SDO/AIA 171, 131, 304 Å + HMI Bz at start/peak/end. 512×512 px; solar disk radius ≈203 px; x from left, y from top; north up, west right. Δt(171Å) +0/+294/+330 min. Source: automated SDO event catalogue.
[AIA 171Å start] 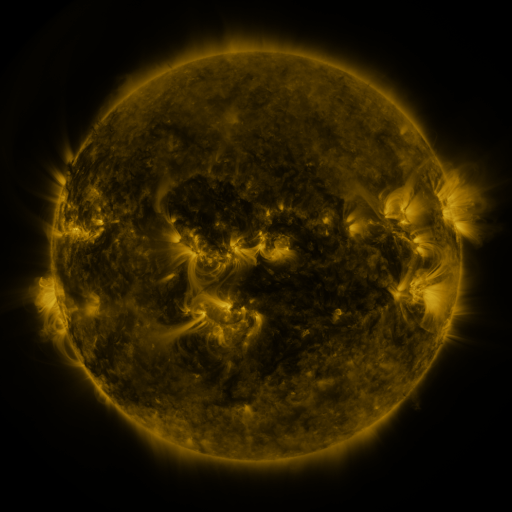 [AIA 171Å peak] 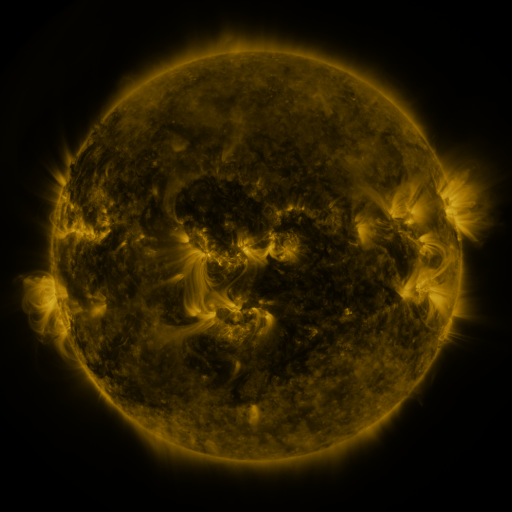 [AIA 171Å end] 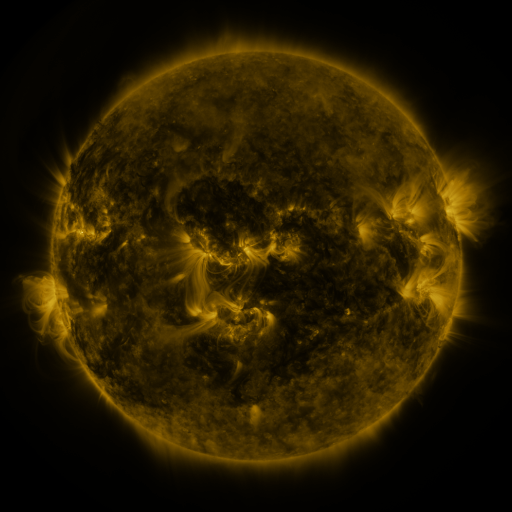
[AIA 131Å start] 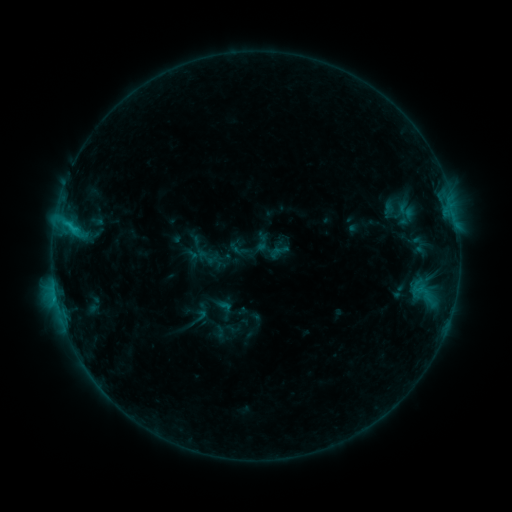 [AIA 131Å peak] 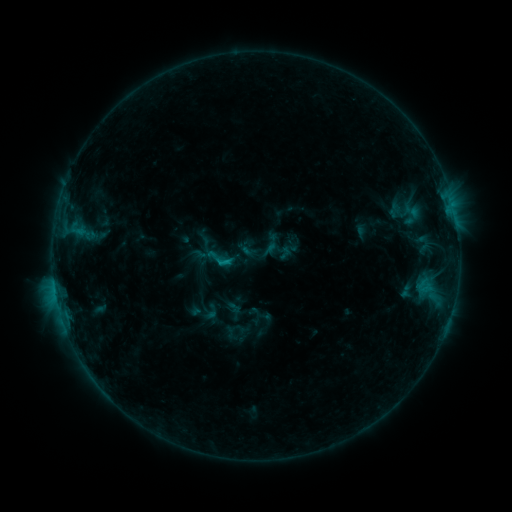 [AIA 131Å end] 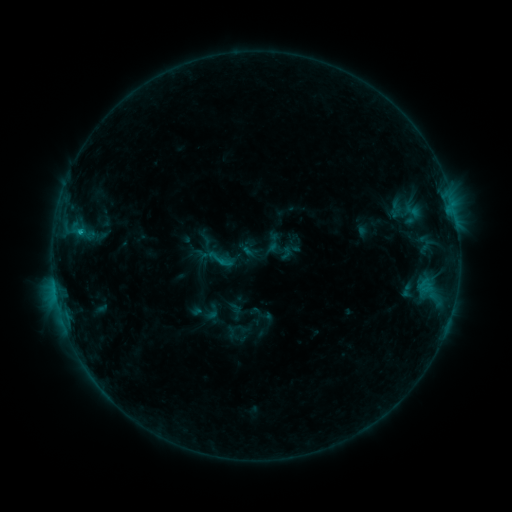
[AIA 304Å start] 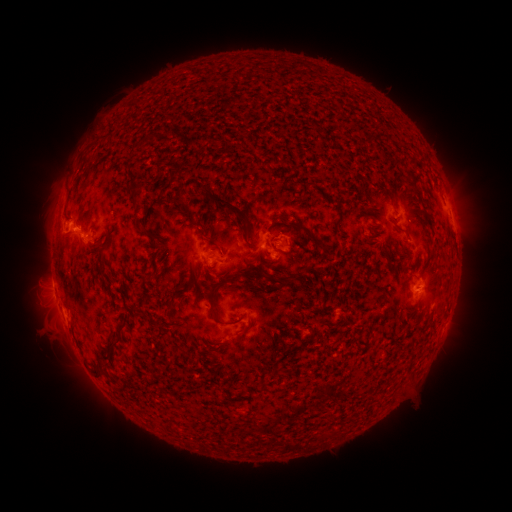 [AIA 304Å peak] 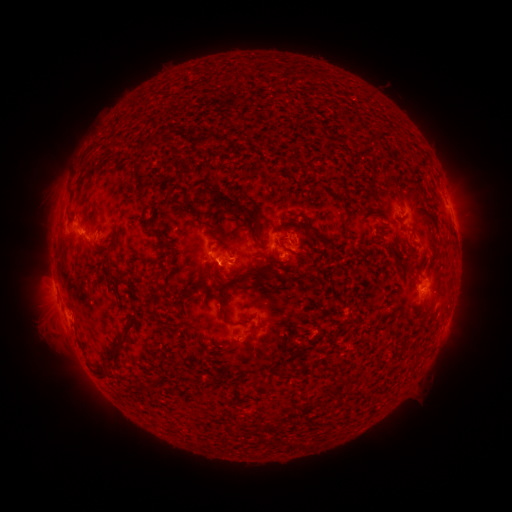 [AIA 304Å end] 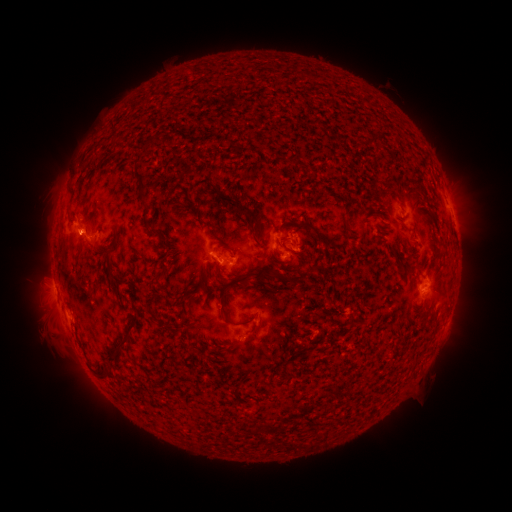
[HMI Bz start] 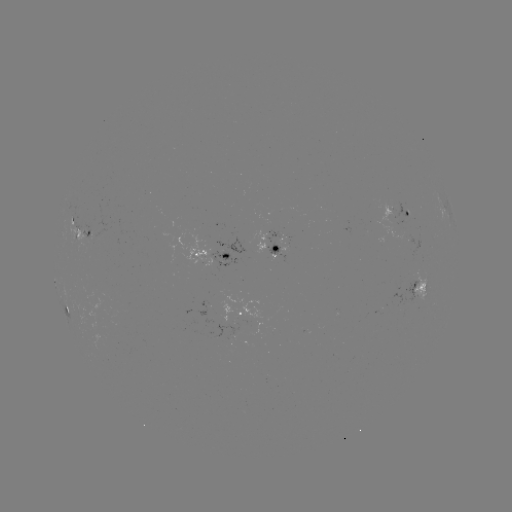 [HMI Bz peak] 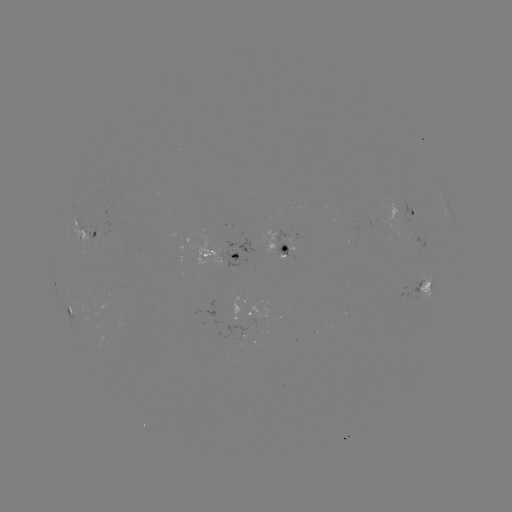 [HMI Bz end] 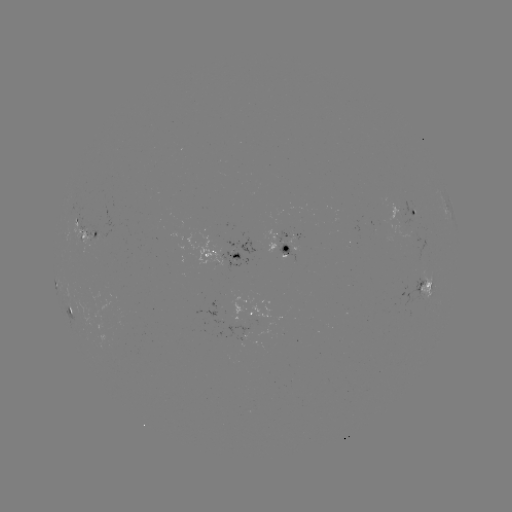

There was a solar emerging-flux region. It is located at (241, 337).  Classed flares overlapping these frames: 1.